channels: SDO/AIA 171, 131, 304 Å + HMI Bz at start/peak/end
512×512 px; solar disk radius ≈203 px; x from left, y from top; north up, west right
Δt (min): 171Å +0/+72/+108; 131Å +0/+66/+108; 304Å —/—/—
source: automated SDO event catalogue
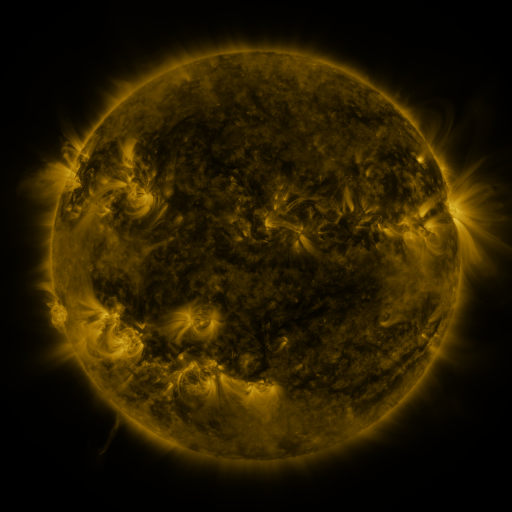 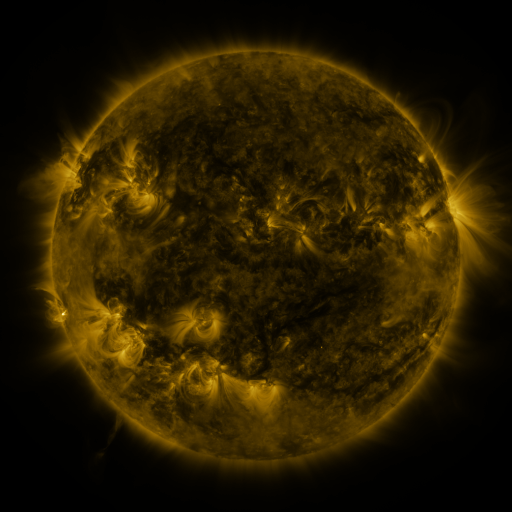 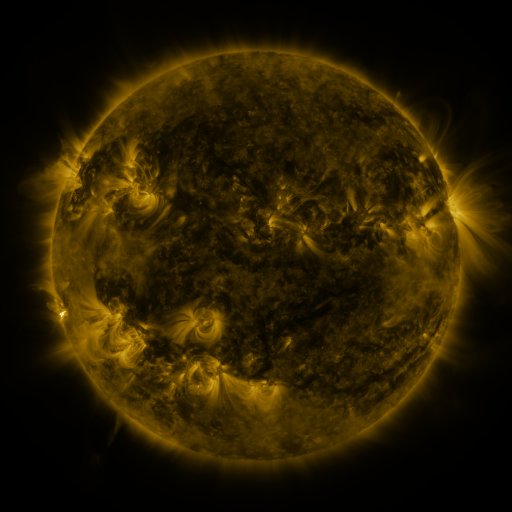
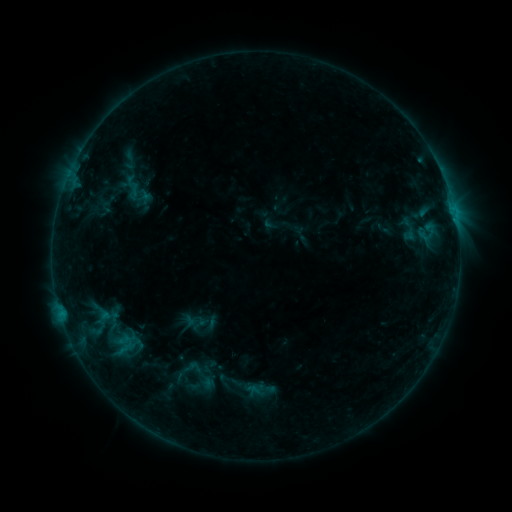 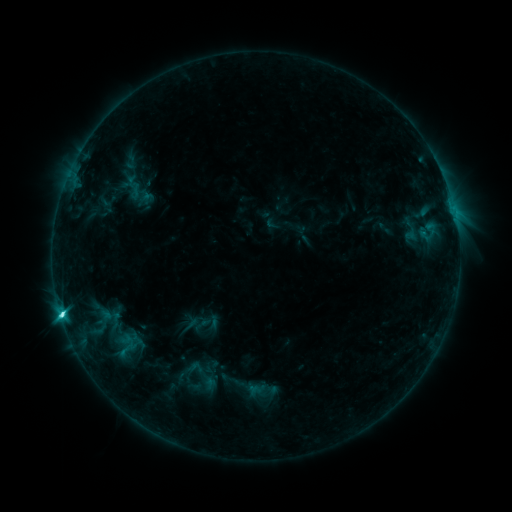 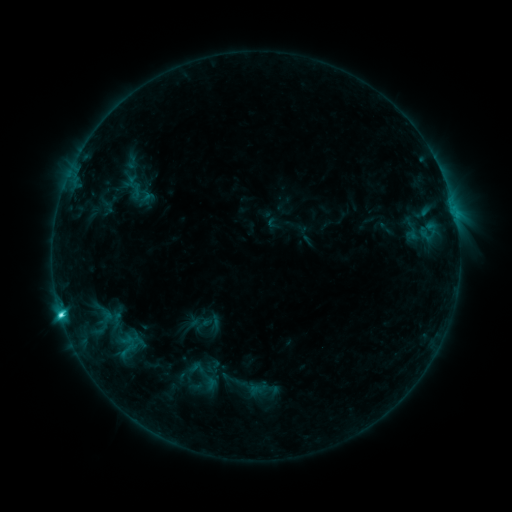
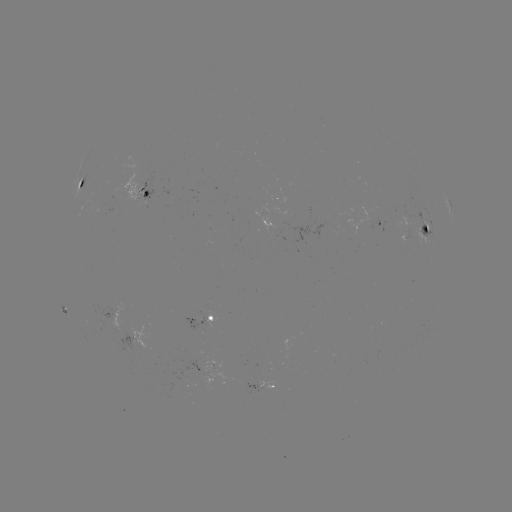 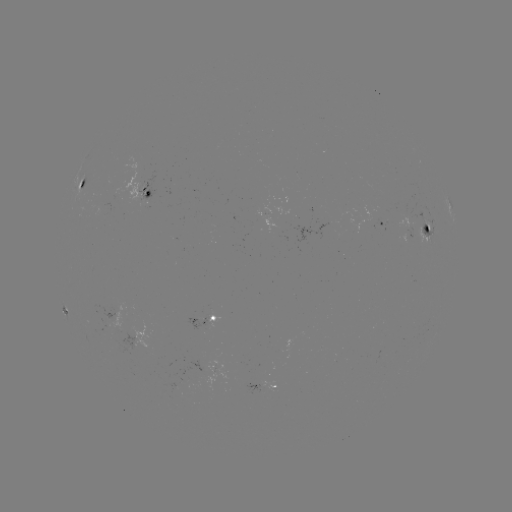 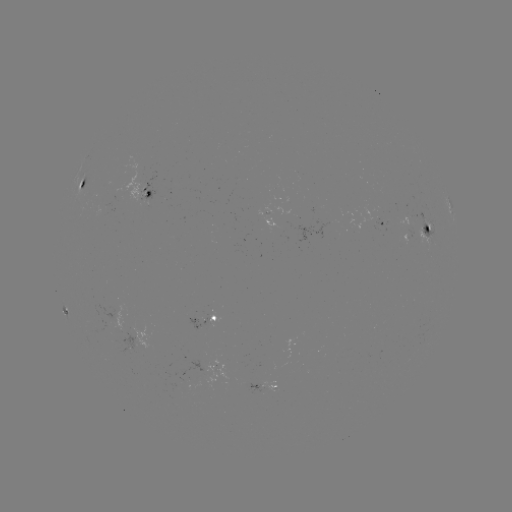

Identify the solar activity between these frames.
emerging-flux region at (267, 217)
